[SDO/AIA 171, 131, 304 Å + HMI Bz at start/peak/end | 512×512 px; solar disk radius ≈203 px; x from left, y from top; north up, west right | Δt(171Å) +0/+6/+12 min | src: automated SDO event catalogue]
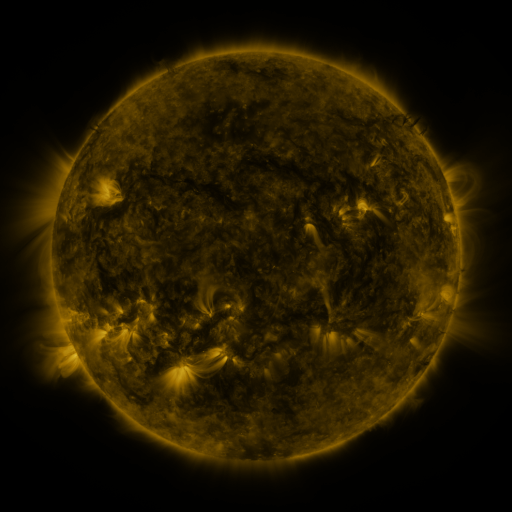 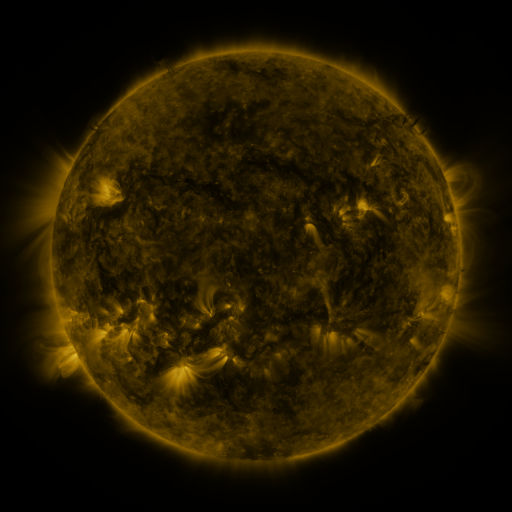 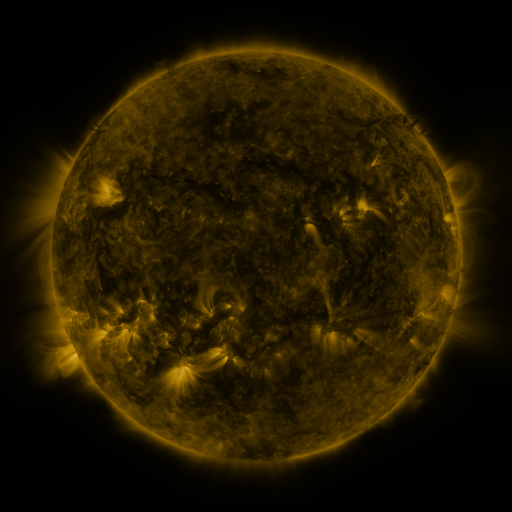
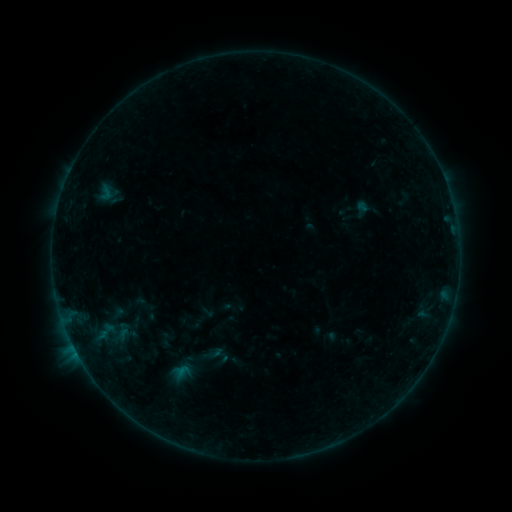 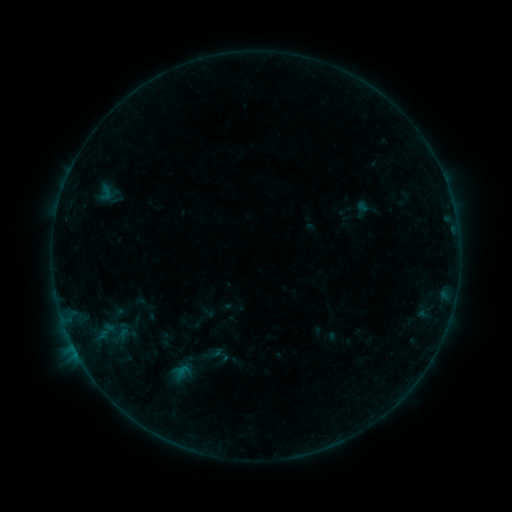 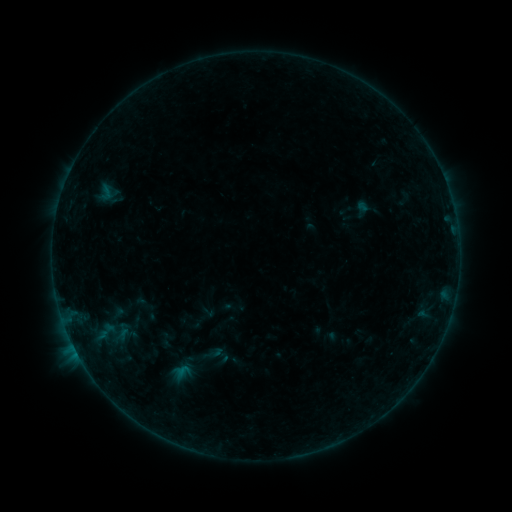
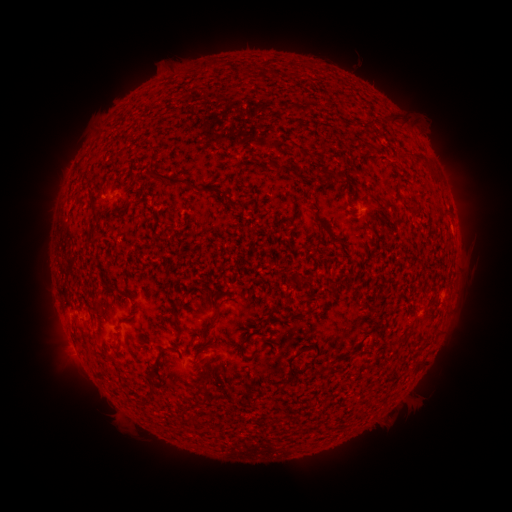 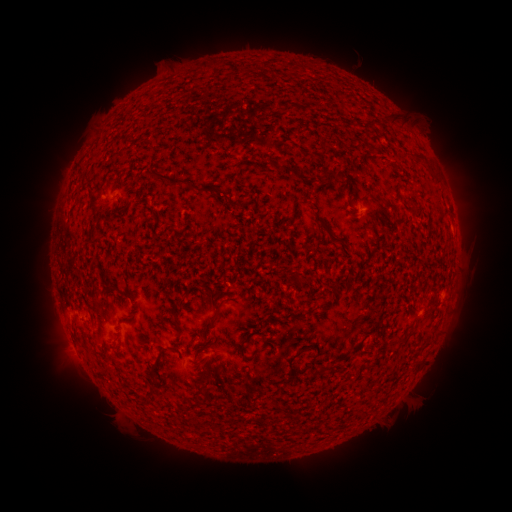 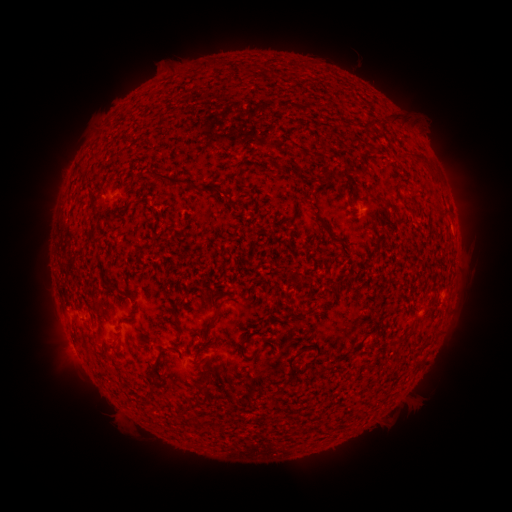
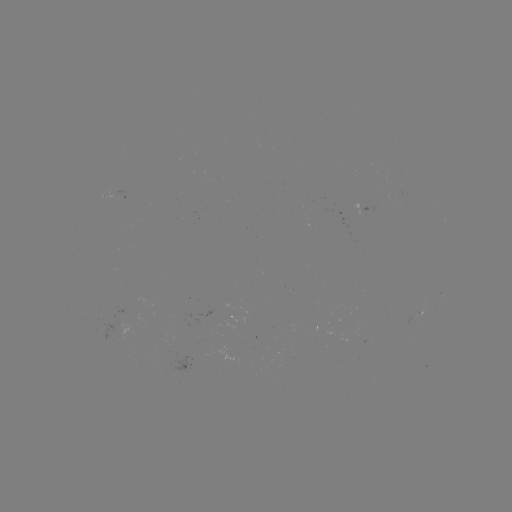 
nothing was catalogued: no classed flare, no EUV trigger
